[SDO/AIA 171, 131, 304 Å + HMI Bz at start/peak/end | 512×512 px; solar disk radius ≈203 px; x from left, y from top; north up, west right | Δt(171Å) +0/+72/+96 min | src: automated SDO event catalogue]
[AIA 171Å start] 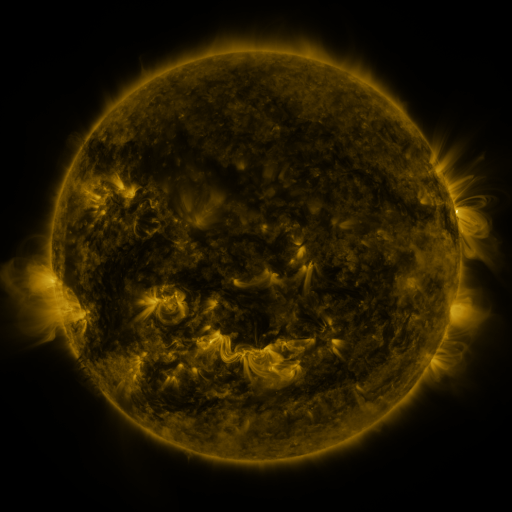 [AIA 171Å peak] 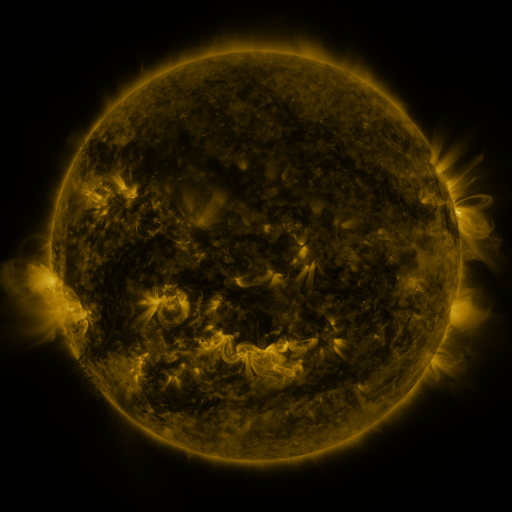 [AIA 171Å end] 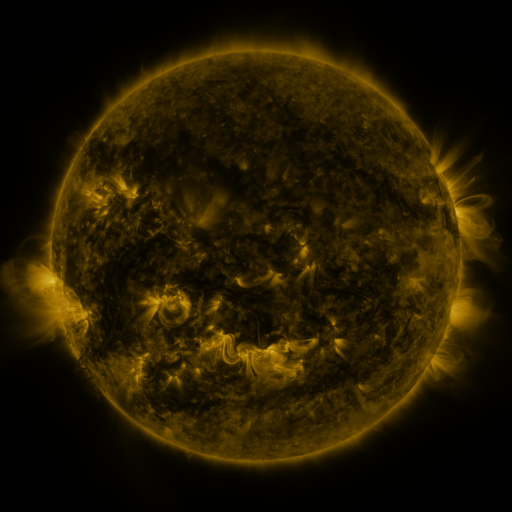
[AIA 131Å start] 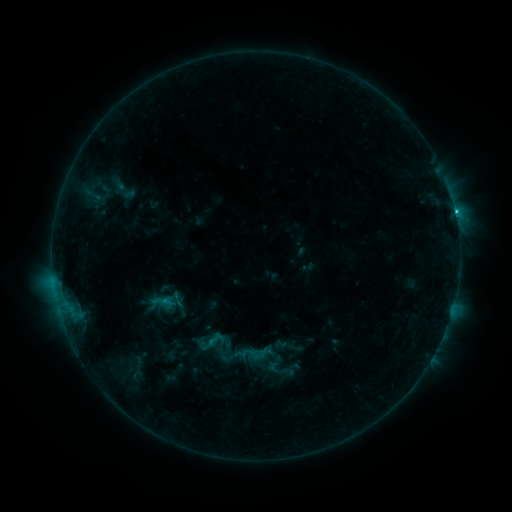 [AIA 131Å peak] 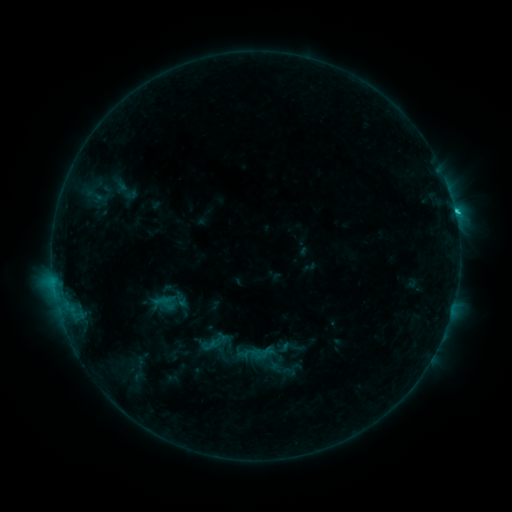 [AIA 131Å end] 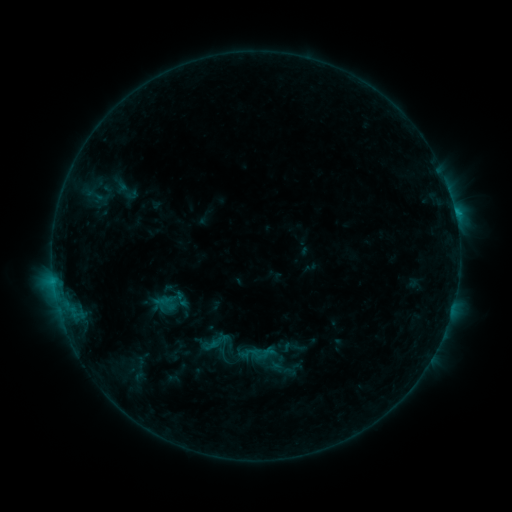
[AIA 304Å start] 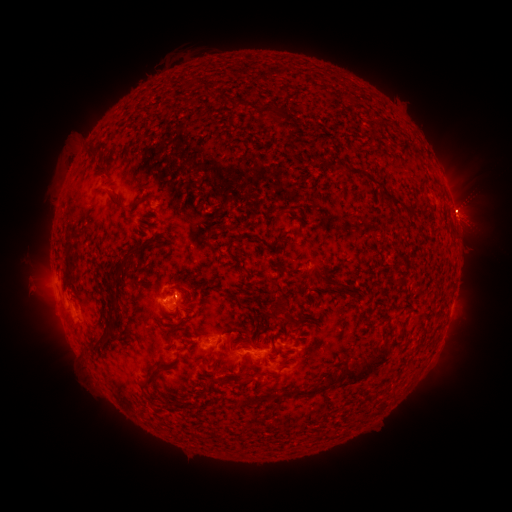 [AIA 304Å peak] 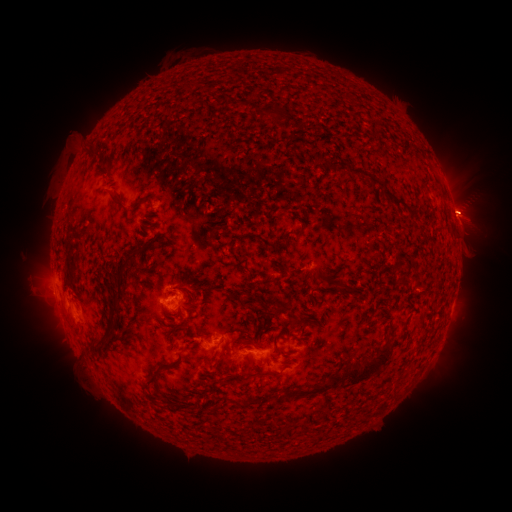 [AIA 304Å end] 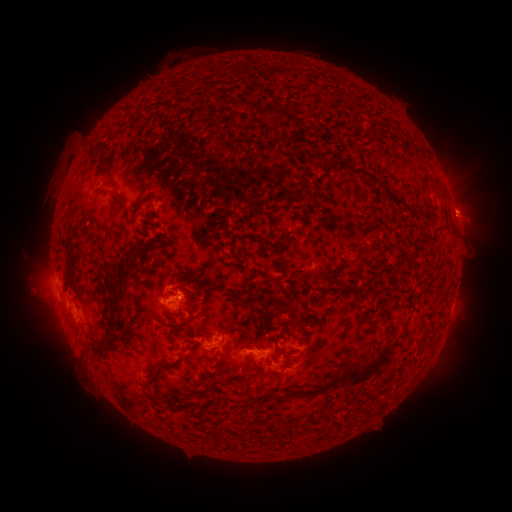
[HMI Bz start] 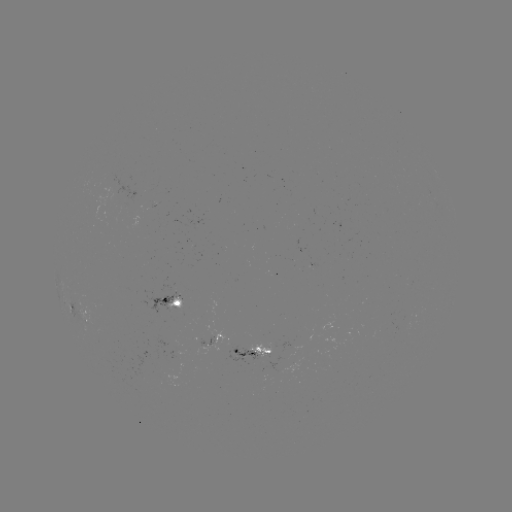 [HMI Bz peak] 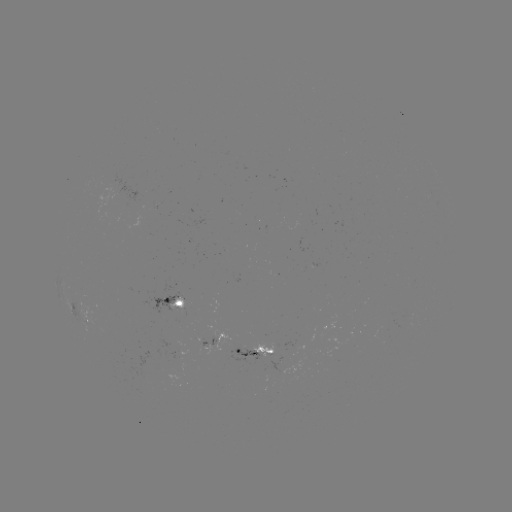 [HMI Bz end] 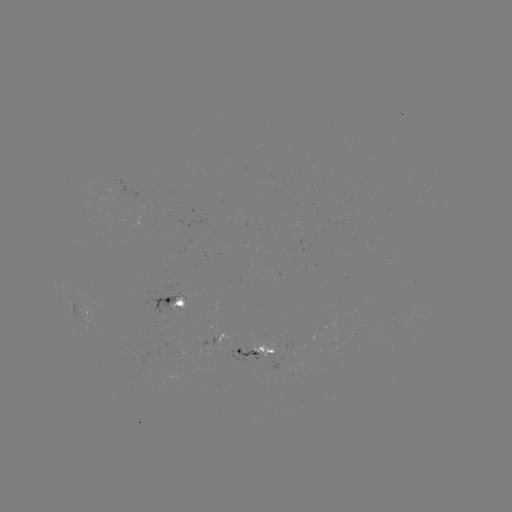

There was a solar emerging-flux region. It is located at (272, 344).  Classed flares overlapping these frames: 3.